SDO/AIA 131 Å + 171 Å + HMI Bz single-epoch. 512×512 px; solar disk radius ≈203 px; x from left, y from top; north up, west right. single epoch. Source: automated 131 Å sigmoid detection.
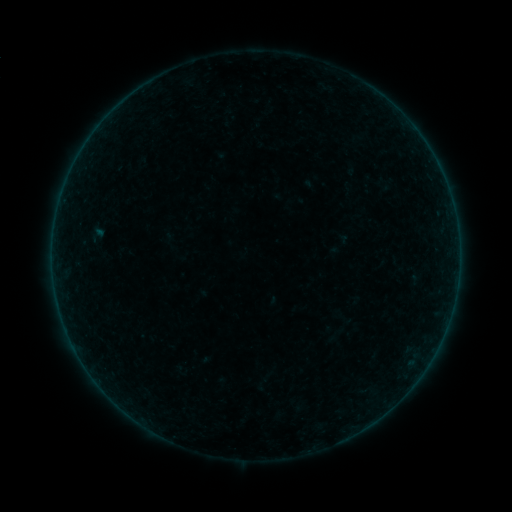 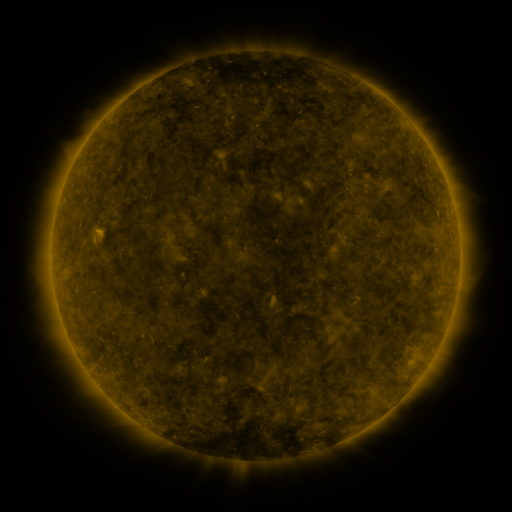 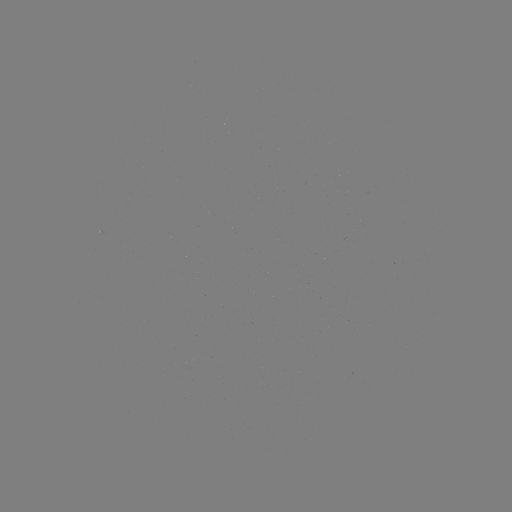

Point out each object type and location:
sigmoid: (96, 234)
